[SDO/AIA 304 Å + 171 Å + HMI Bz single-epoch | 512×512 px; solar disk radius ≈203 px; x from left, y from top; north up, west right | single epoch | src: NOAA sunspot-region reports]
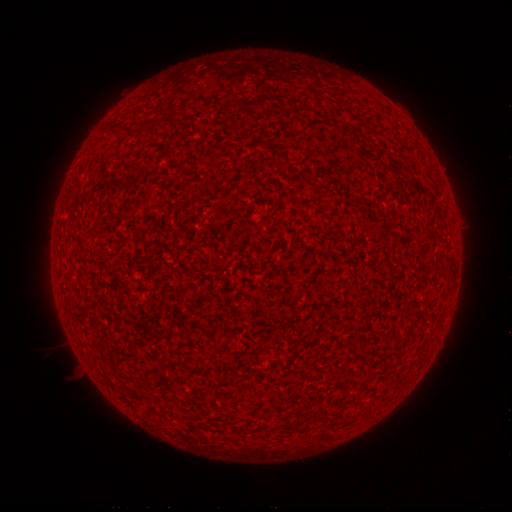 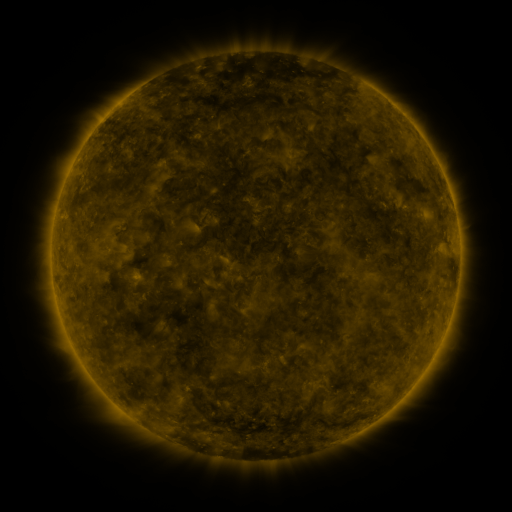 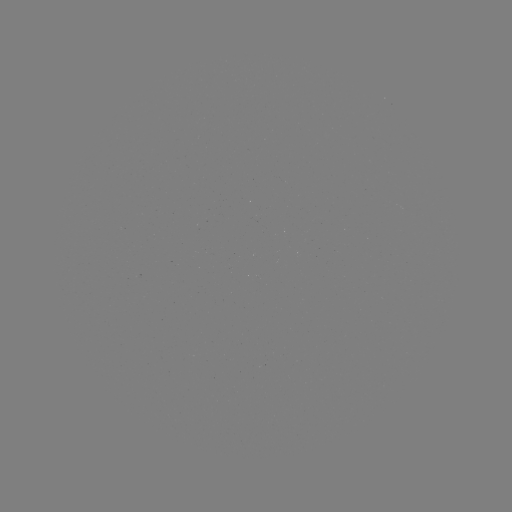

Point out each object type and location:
(none)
